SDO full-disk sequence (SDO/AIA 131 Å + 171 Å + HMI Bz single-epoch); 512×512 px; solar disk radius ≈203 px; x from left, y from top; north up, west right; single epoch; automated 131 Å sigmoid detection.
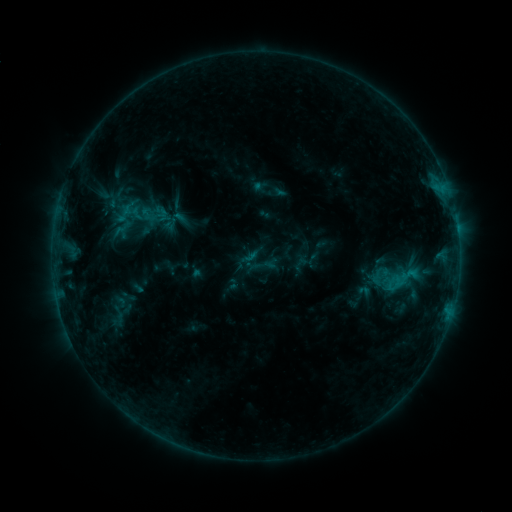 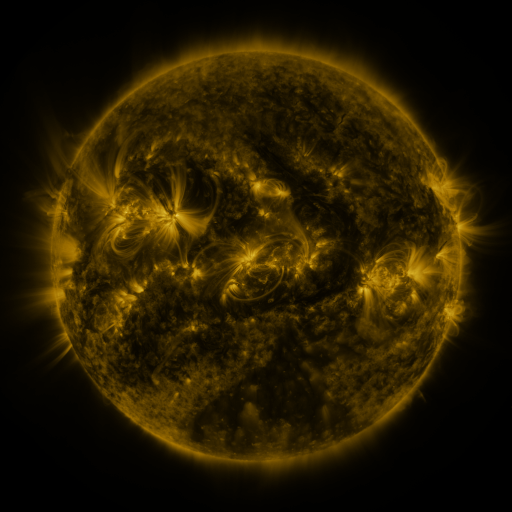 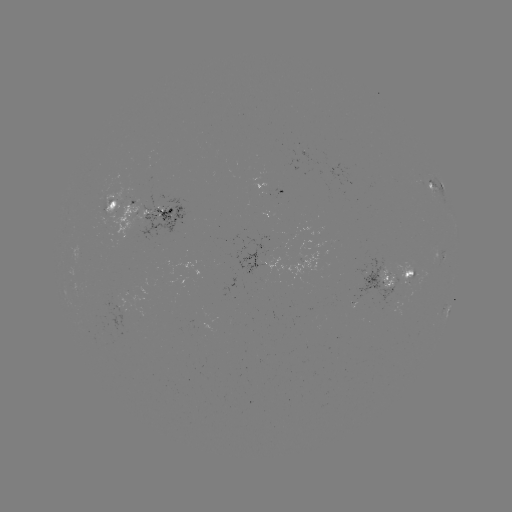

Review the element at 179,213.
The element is sigmoid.